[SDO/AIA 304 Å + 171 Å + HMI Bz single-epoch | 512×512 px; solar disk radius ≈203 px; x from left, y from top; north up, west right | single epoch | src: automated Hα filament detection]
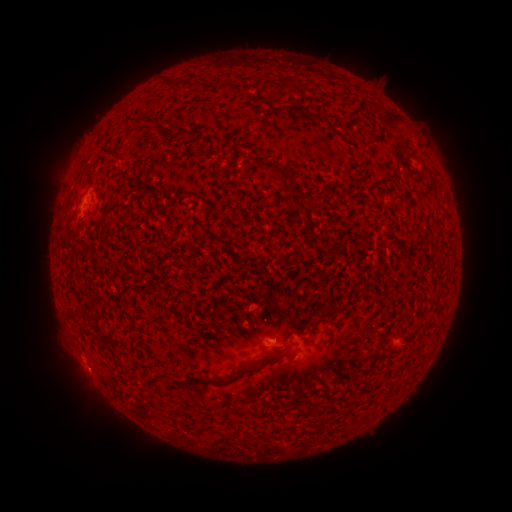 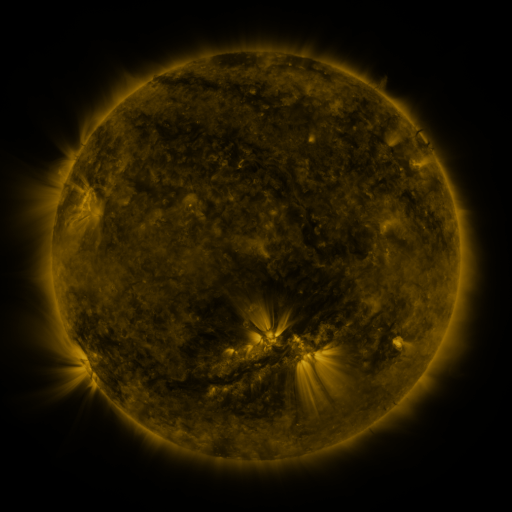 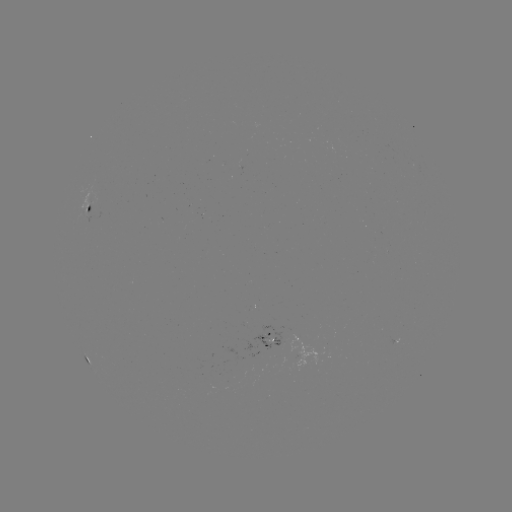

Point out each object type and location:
filament: <bbox>222, 82, 234, 91</bbox>
filament: <bbox>278, 84, 289, 99</bbox>
filament: <bbox>385, 116, 401, 130</bbox>
filament: <bbox>259, 160, 313, 227</bbox>
filament: <bbox>302, 305, 332, 329</bbox>
filament: <bbox>95, 322, 105, 335</bbox>
filament: <bbox>197, 344, 291, 387</bbox>
filament: <bbox>296, 407, 308, 418</bbox>
